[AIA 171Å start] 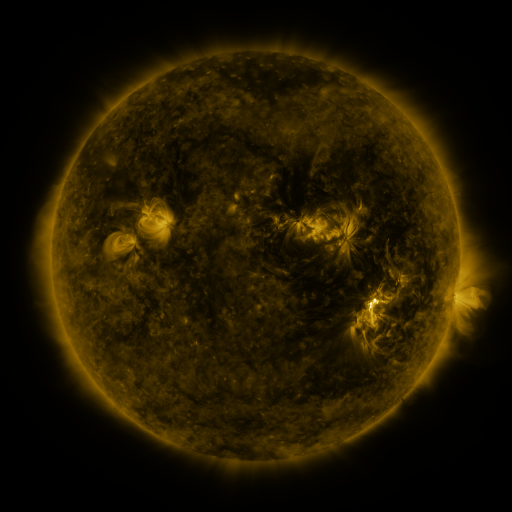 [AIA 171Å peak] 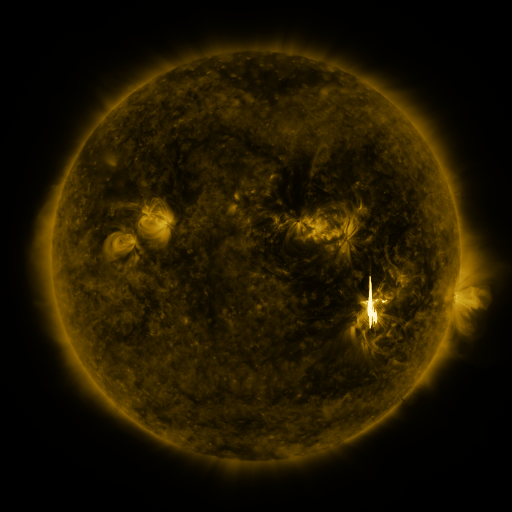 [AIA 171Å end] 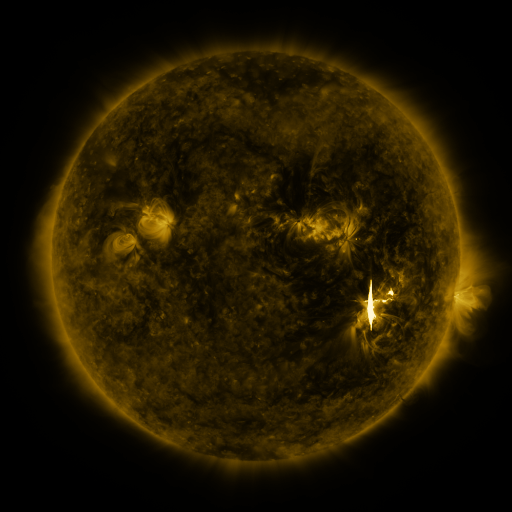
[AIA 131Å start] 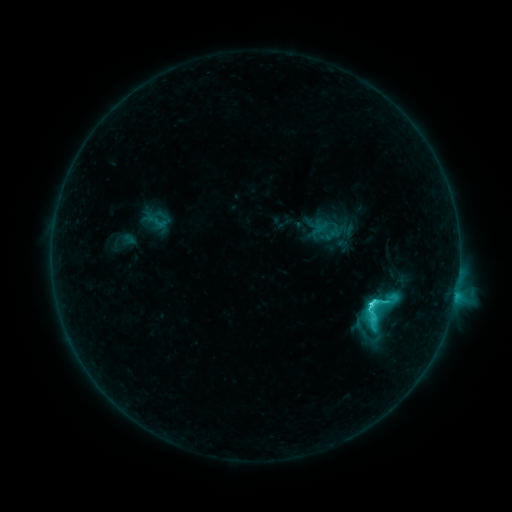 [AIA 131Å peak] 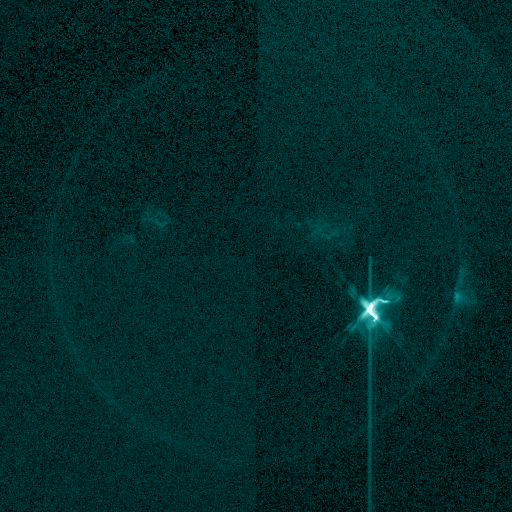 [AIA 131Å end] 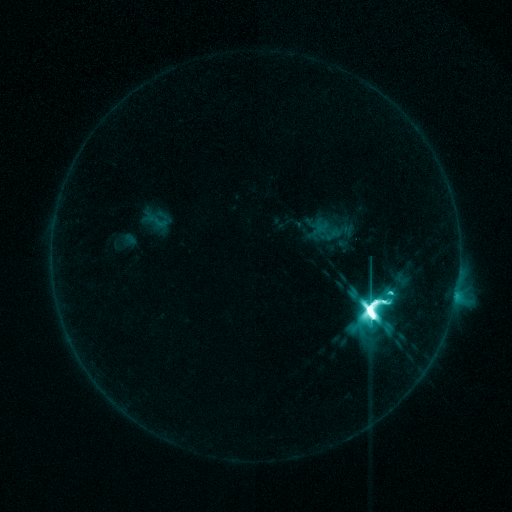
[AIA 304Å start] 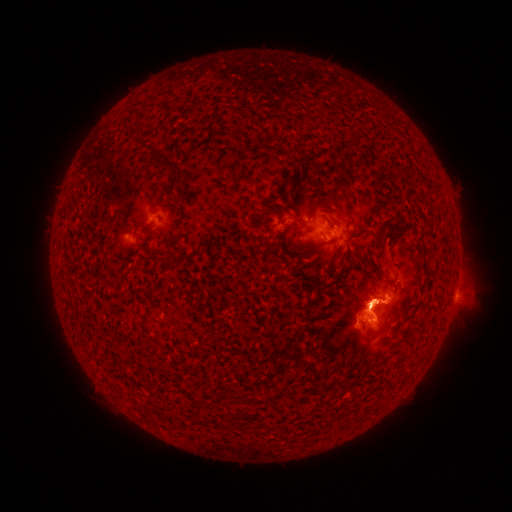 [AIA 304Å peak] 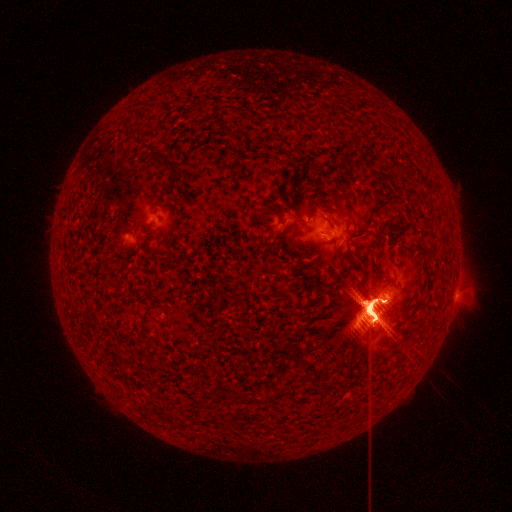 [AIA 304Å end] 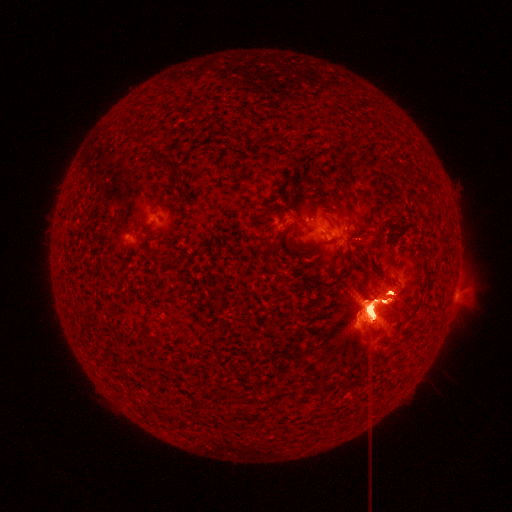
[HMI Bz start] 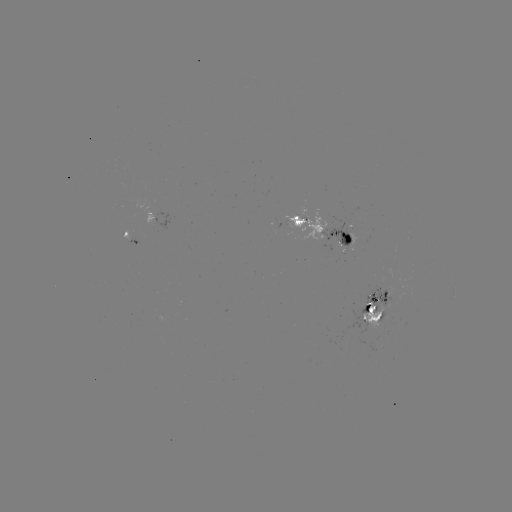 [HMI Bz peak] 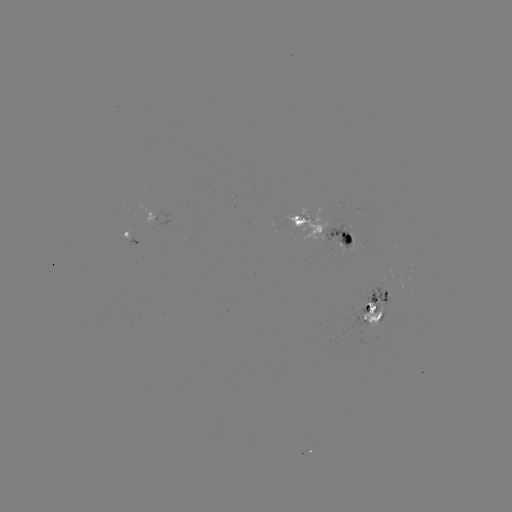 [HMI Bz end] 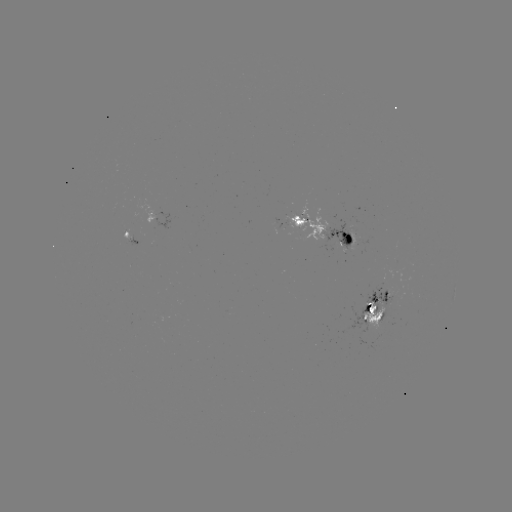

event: flare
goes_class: X9.3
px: (368, 308)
